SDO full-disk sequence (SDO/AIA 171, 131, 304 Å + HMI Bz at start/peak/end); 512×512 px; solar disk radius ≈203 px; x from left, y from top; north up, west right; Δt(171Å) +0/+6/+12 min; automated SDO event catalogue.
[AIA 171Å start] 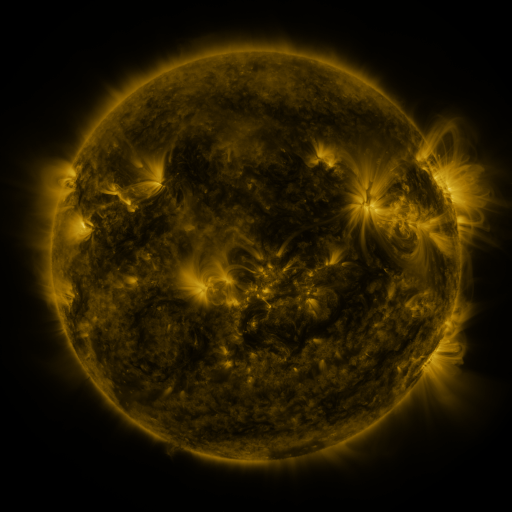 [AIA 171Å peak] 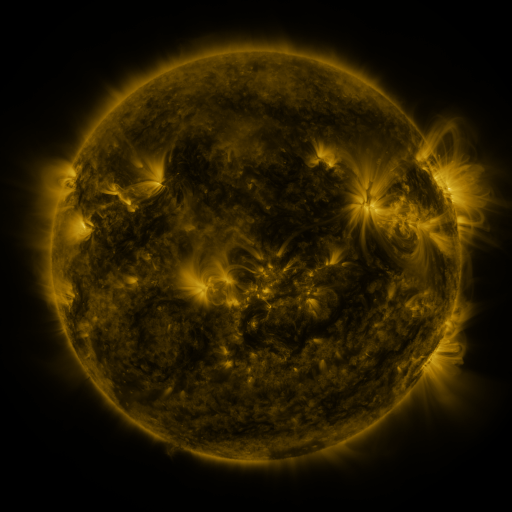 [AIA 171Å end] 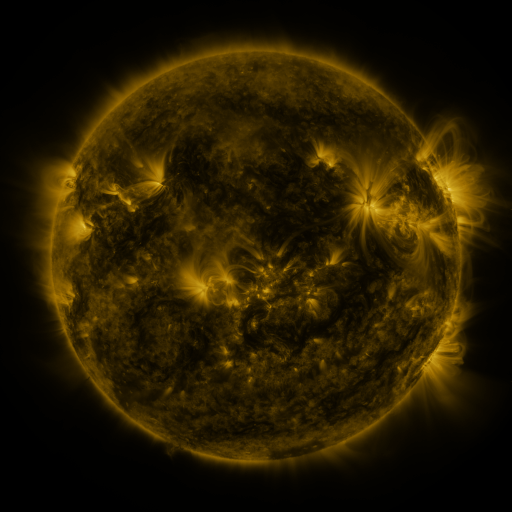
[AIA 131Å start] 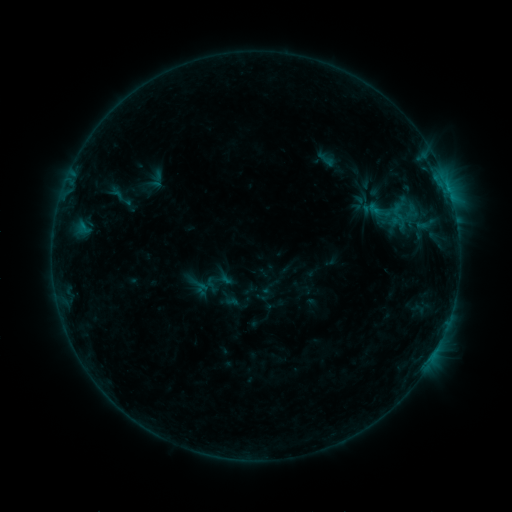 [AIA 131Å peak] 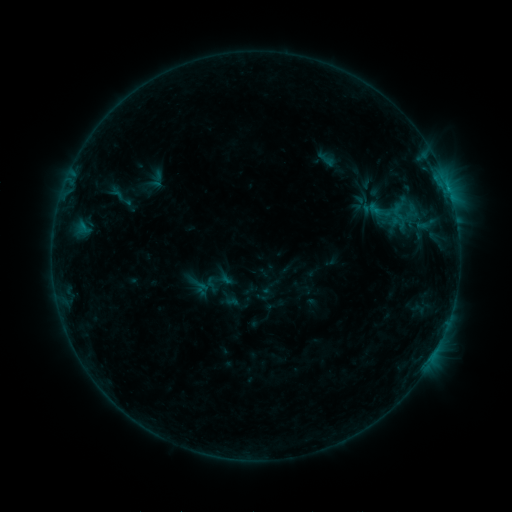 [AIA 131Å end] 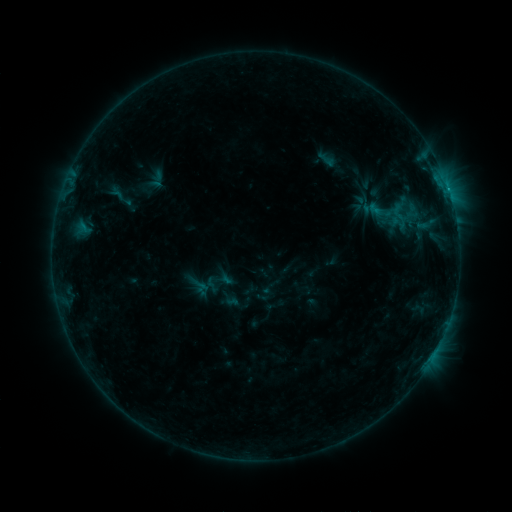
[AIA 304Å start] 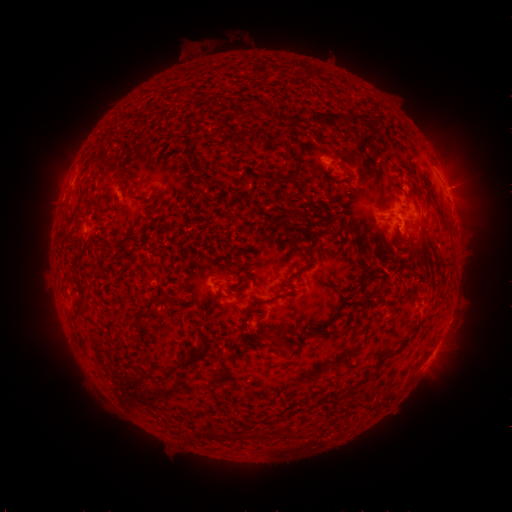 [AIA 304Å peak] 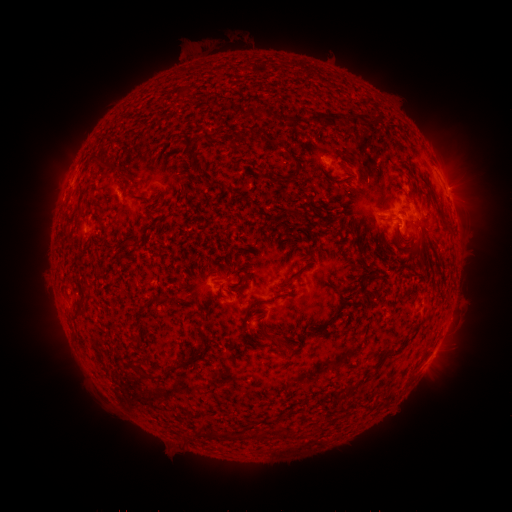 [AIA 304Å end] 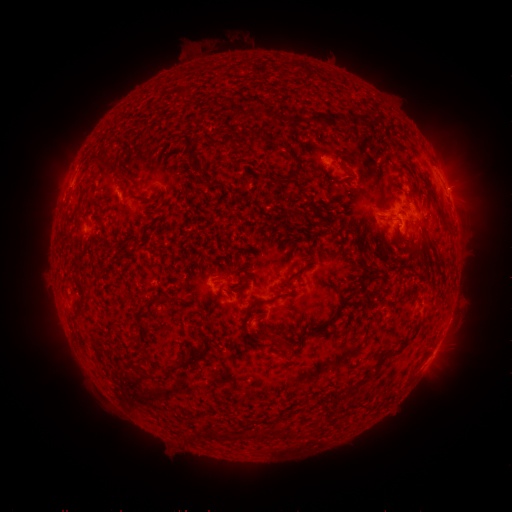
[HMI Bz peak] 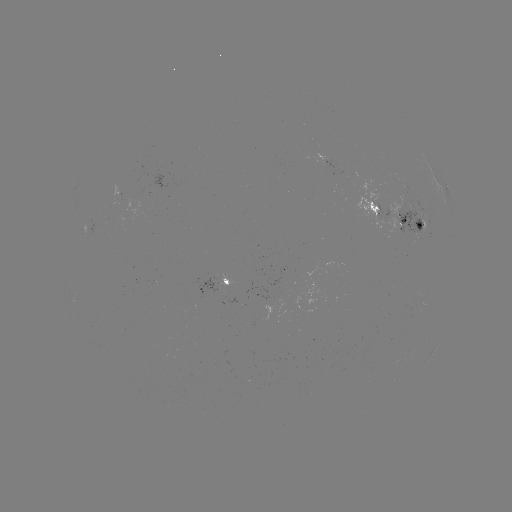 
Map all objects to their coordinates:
B5.2 flare: (448, 192)
